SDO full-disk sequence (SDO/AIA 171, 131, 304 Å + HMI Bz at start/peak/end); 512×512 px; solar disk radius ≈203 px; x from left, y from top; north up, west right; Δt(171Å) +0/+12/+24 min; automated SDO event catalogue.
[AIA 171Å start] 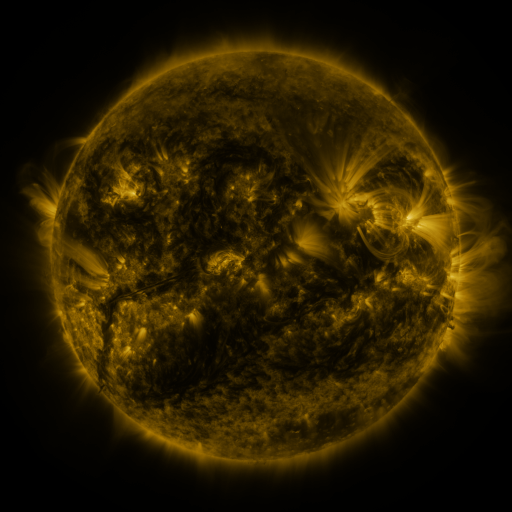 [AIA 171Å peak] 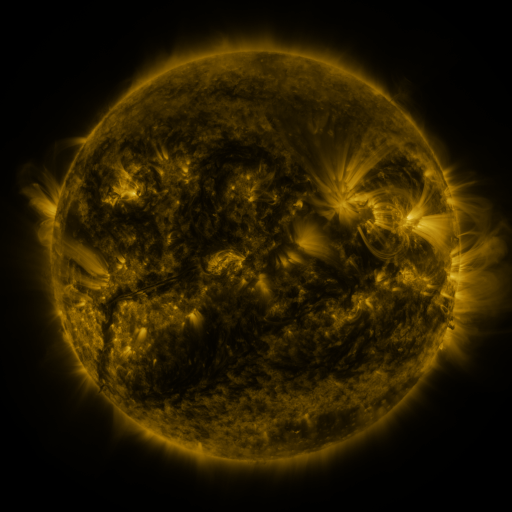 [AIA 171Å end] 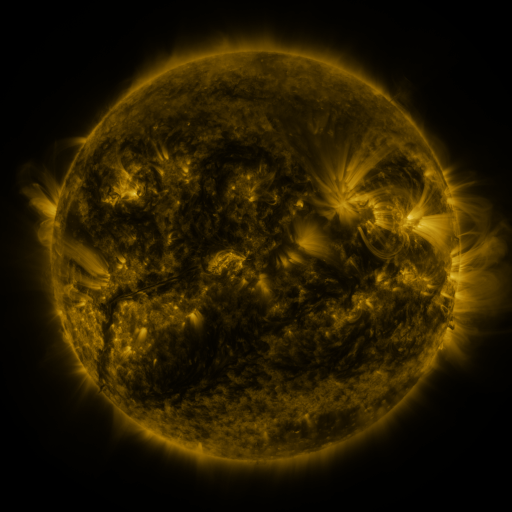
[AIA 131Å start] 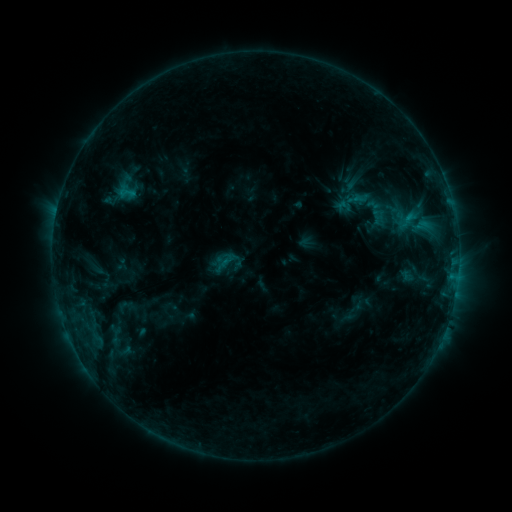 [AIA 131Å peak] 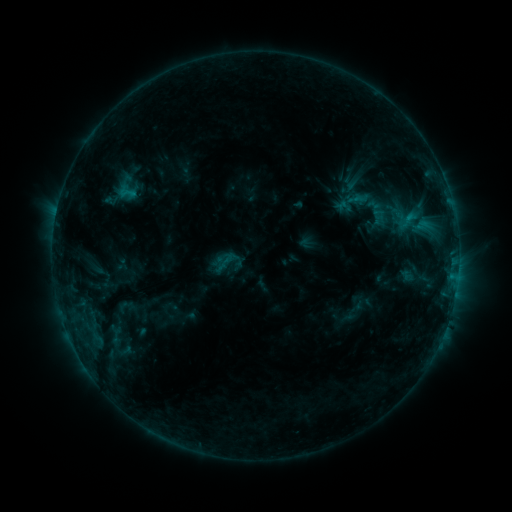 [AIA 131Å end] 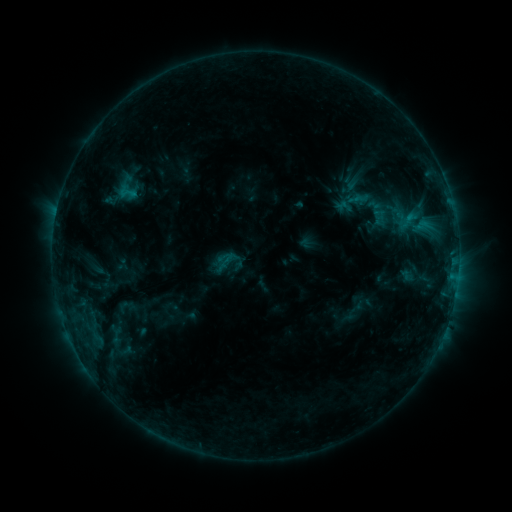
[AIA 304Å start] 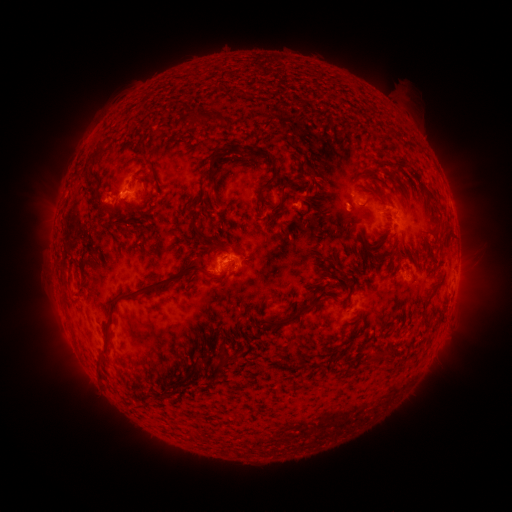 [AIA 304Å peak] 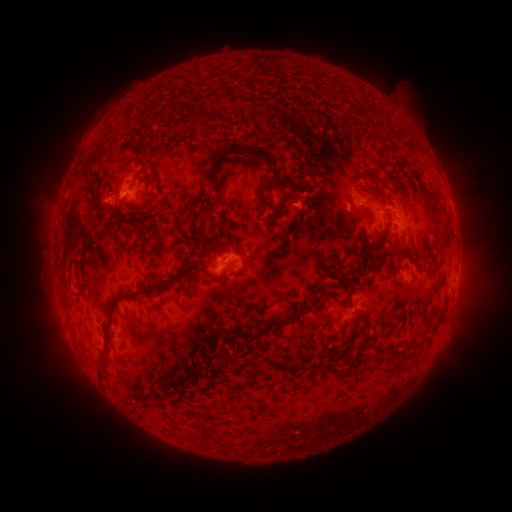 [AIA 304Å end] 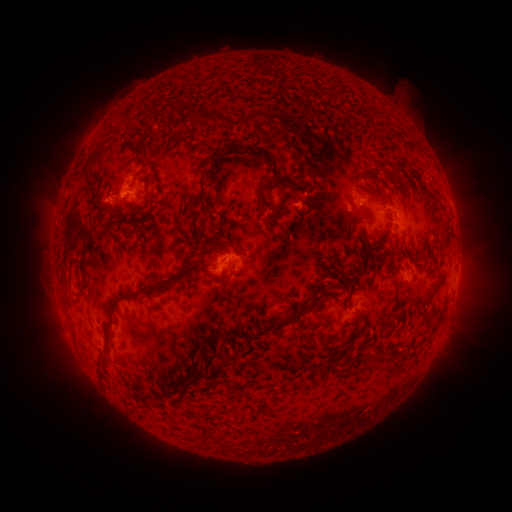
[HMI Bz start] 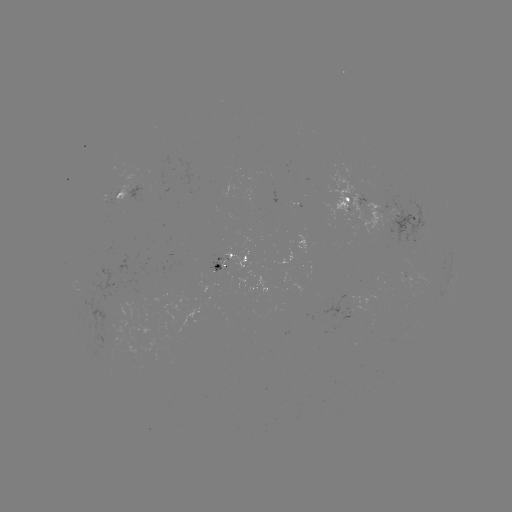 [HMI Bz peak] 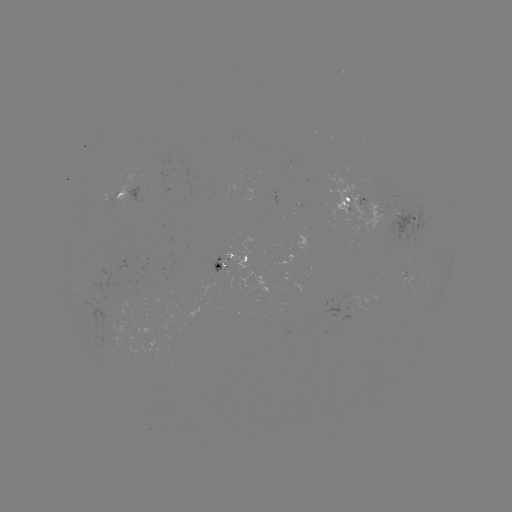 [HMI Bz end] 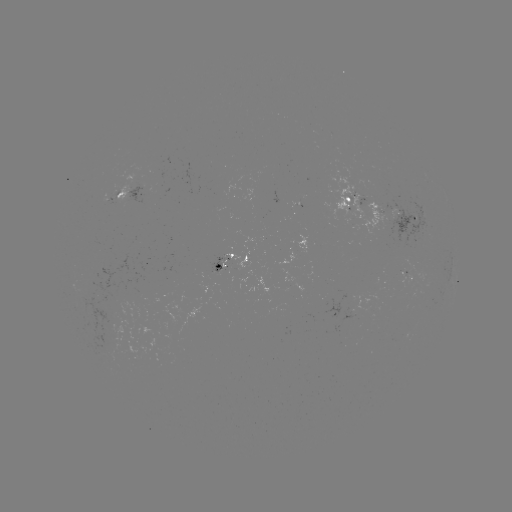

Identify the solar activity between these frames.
no classed flare was catalogued and no EUV brightening was flagged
